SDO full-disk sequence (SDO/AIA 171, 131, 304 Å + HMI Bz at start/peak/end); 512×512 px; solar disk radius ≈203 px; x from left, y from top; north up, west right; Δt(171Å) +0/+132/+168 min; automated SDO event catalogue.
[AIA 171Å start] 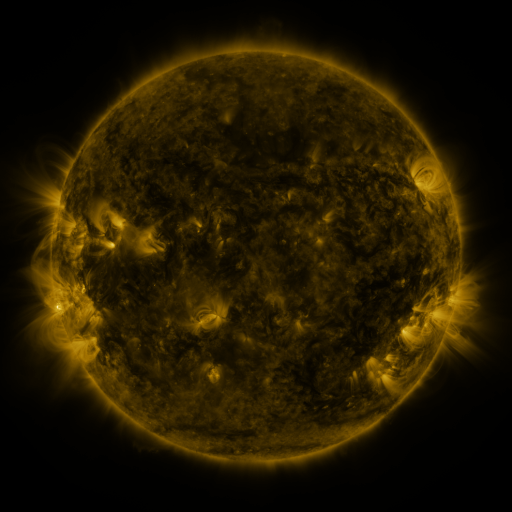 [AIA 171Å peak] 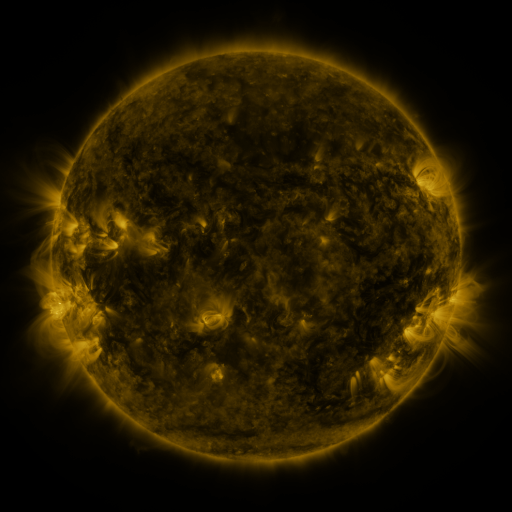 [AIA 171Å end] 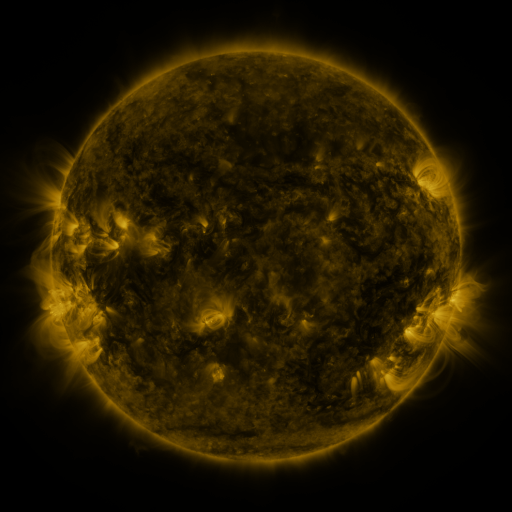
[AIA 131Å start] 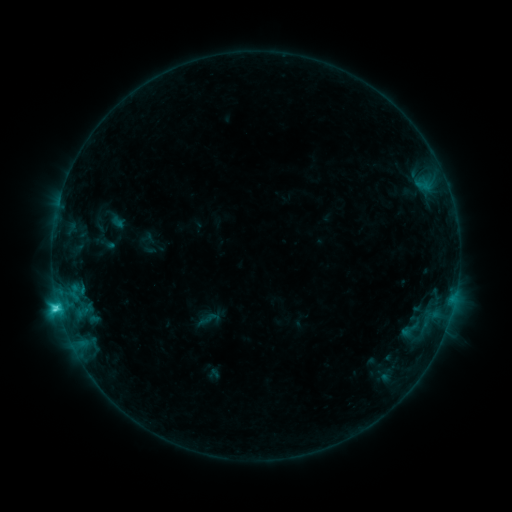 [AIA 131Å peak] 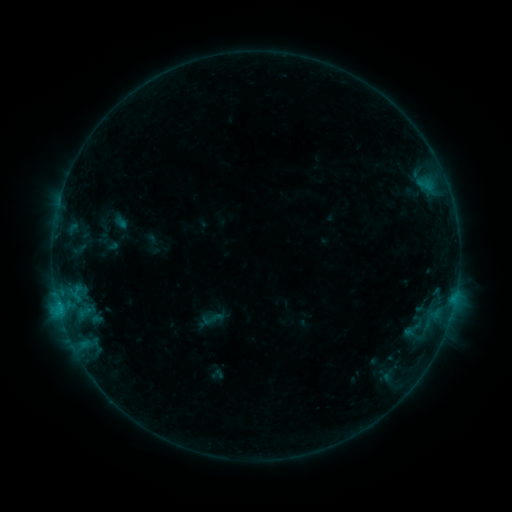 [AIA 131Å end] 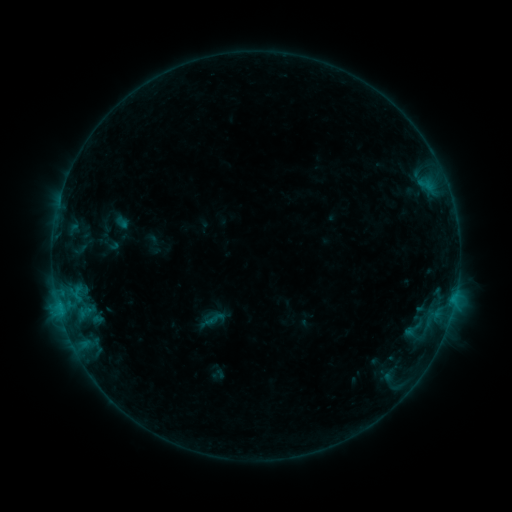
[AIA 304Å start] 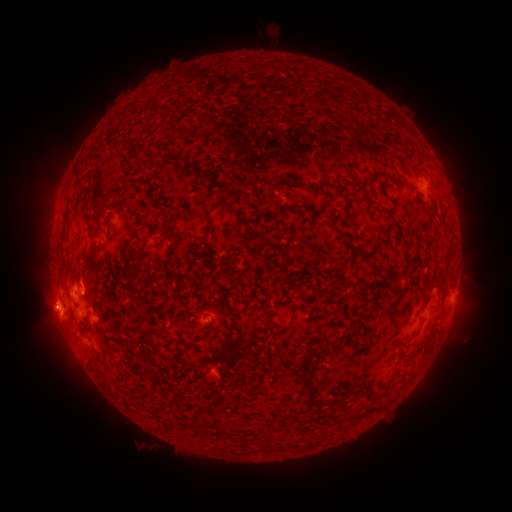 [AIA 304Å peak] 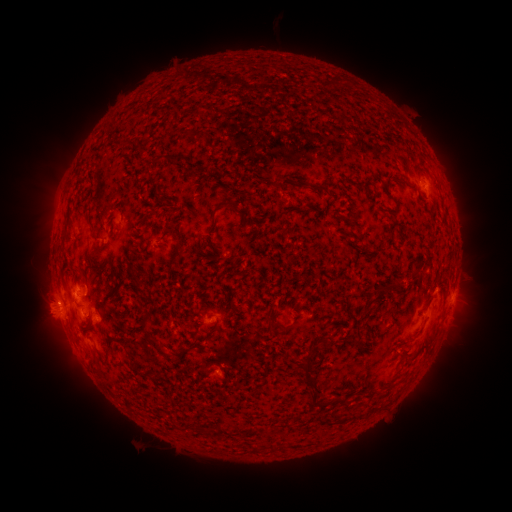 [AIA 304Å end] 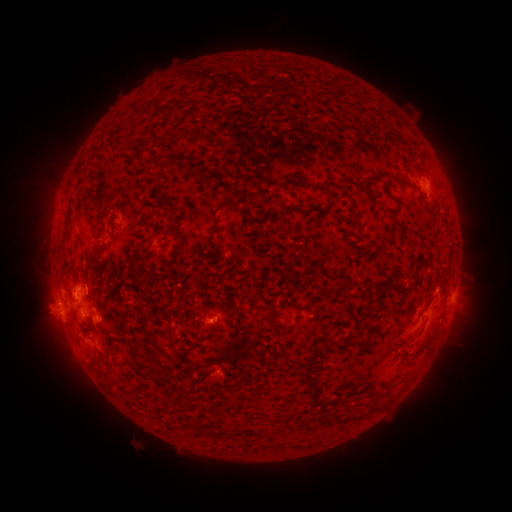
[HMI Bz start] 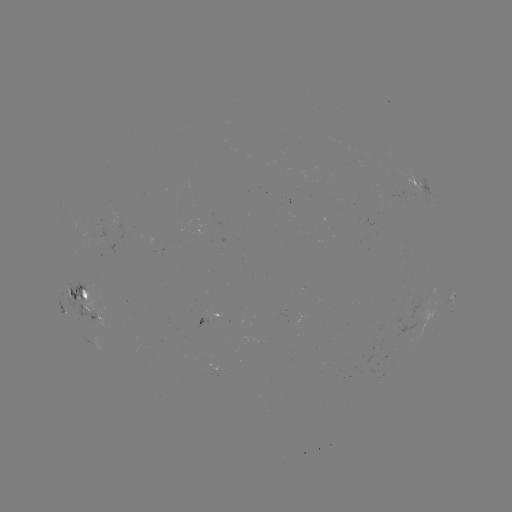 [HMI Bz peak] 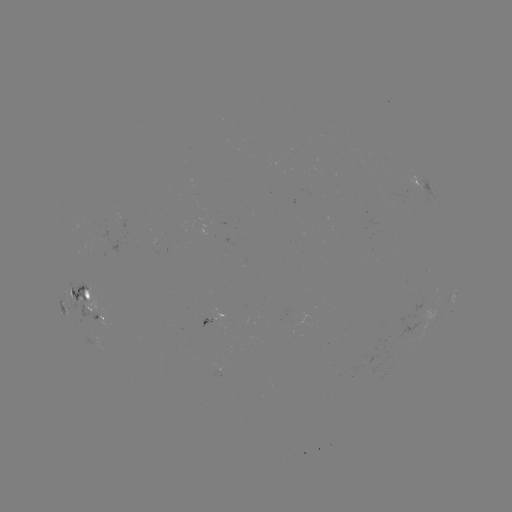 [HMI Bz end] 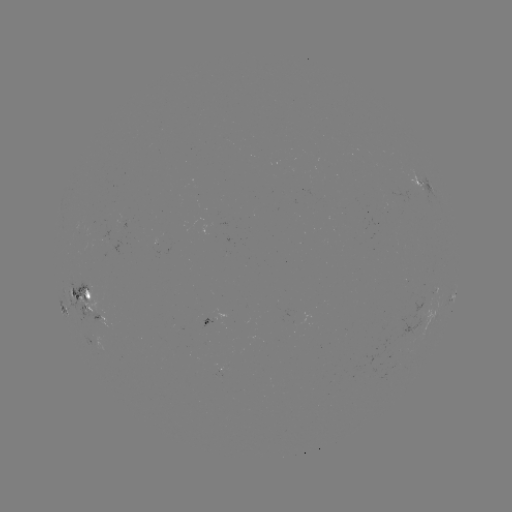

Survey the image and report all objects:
emerging-flux region: (95, 249)
